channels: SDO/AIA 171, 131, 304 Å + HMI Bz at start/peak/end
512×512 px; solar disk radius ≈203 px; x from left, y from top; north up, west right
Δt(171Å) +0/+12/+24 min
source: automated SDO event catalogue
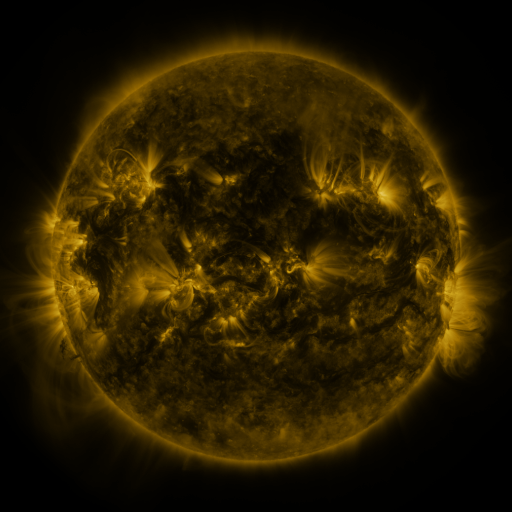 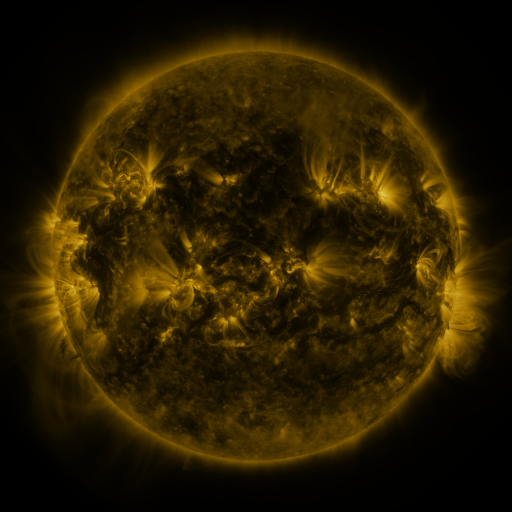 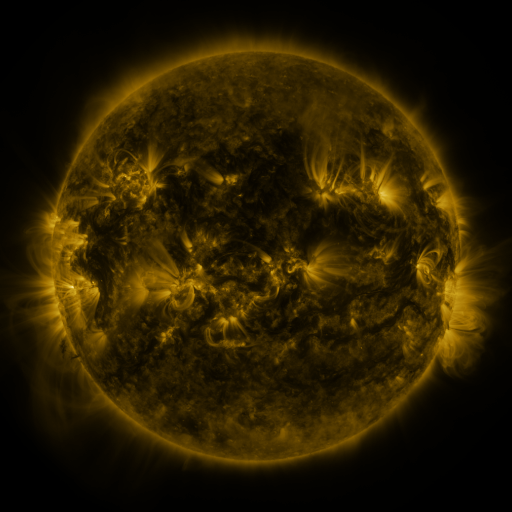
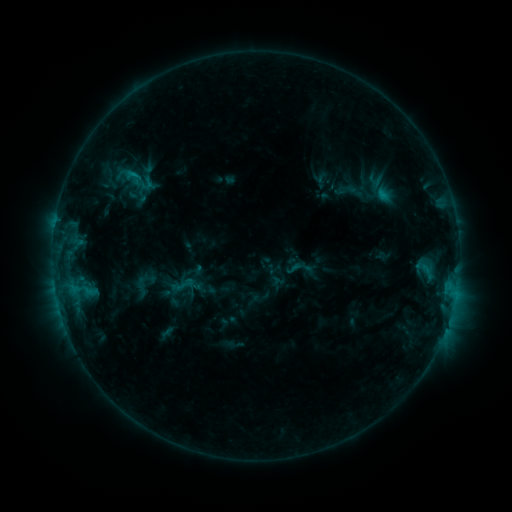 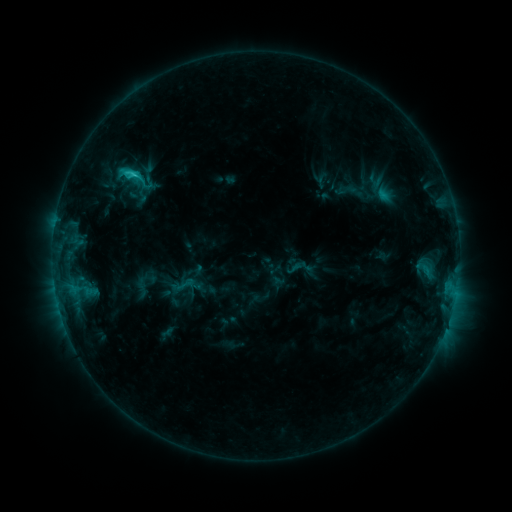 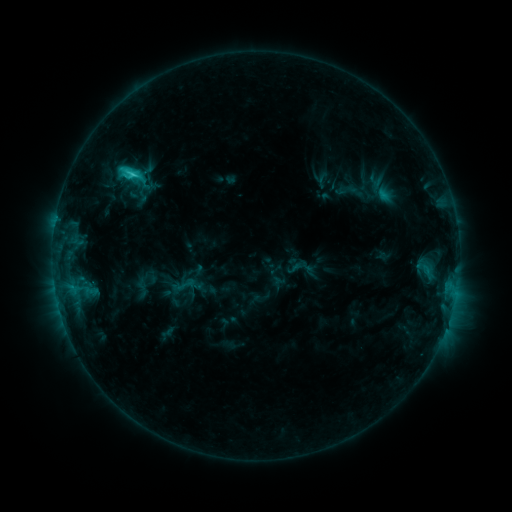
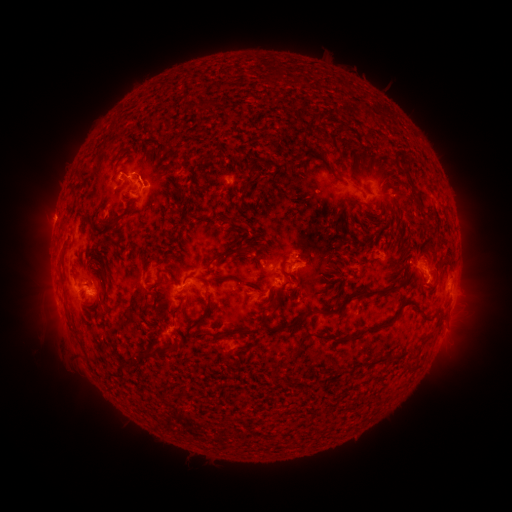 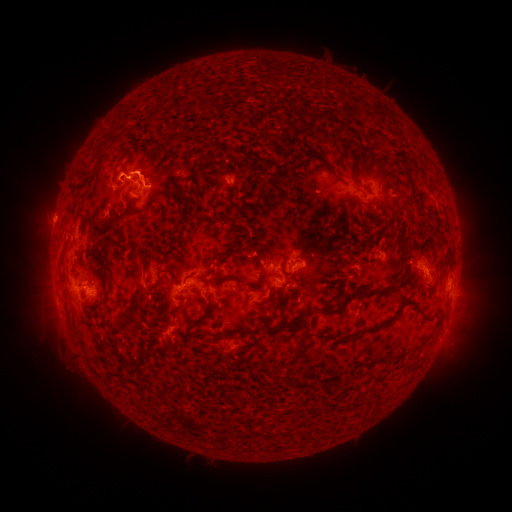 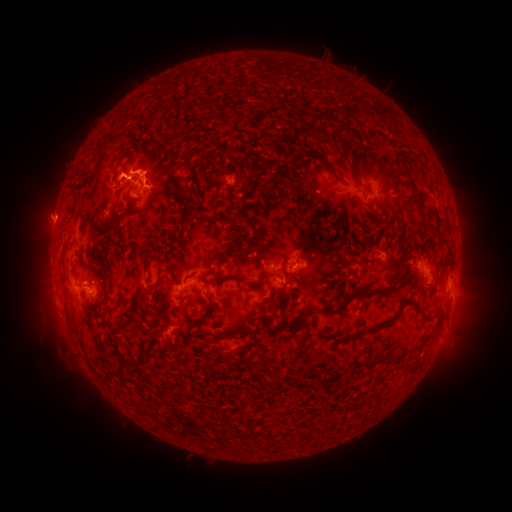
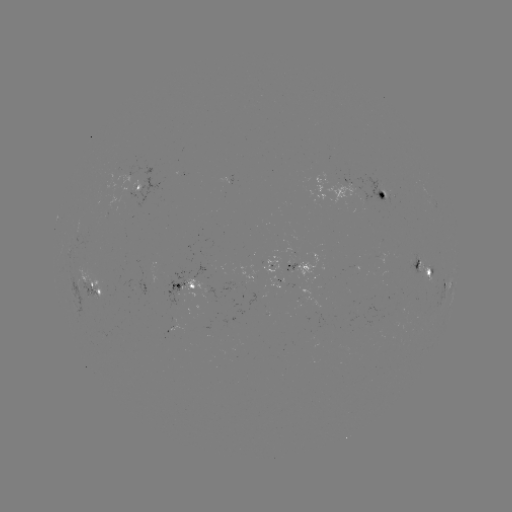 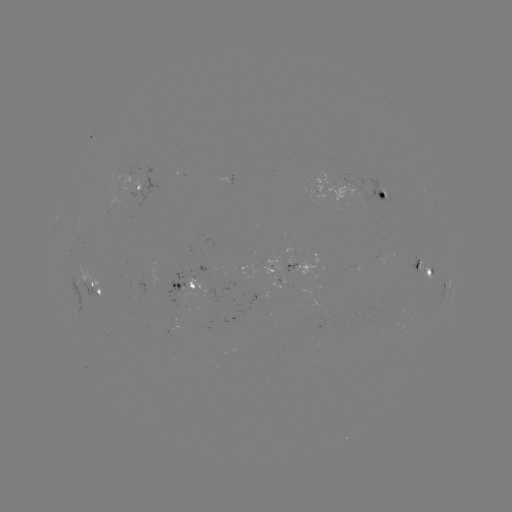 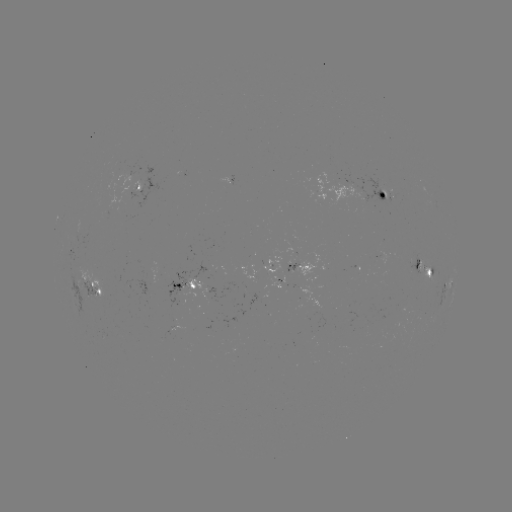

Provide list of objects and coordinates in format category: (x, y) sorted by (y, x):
eruption: (152, 168)
